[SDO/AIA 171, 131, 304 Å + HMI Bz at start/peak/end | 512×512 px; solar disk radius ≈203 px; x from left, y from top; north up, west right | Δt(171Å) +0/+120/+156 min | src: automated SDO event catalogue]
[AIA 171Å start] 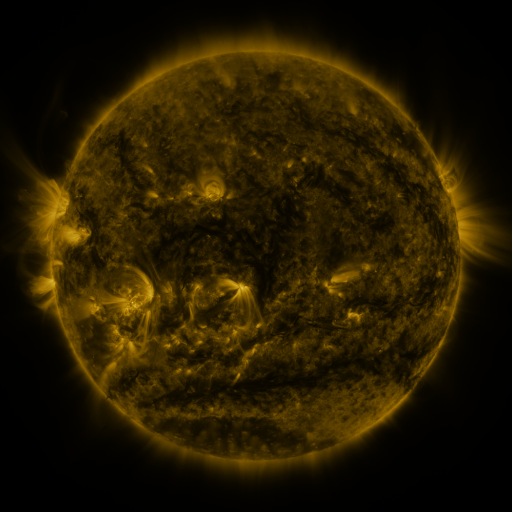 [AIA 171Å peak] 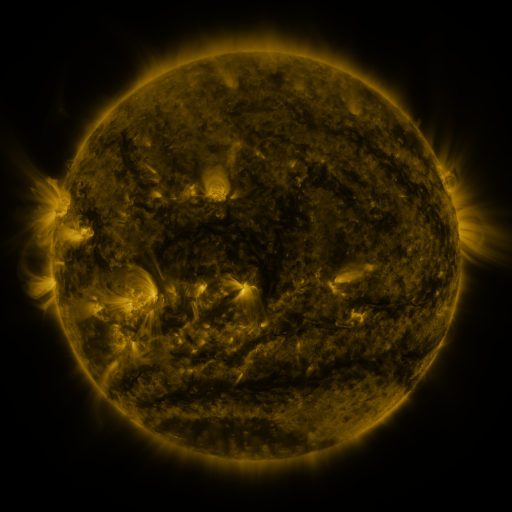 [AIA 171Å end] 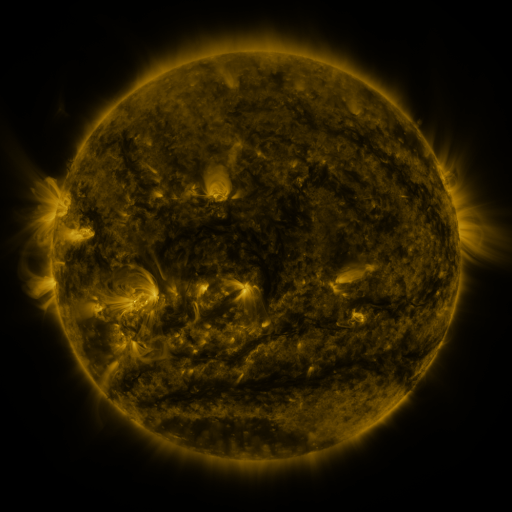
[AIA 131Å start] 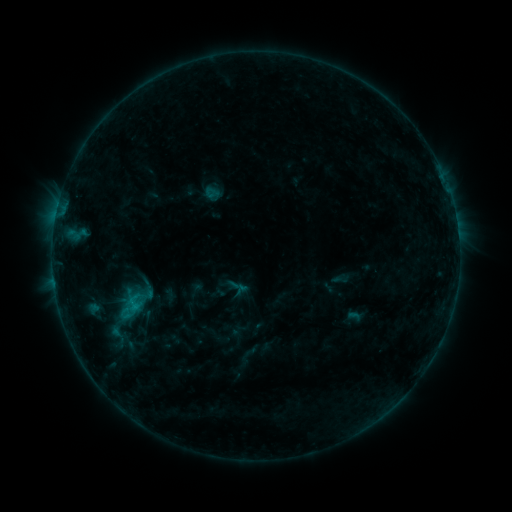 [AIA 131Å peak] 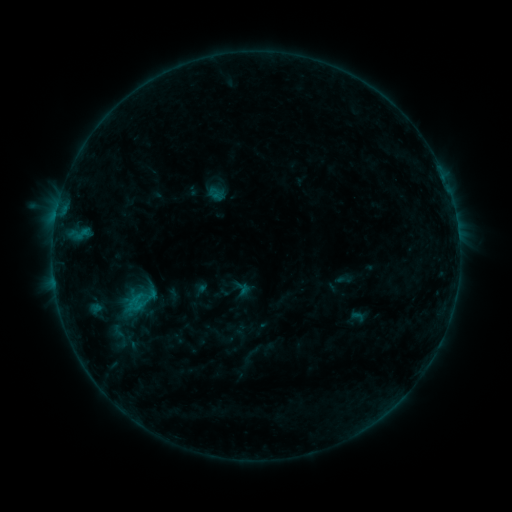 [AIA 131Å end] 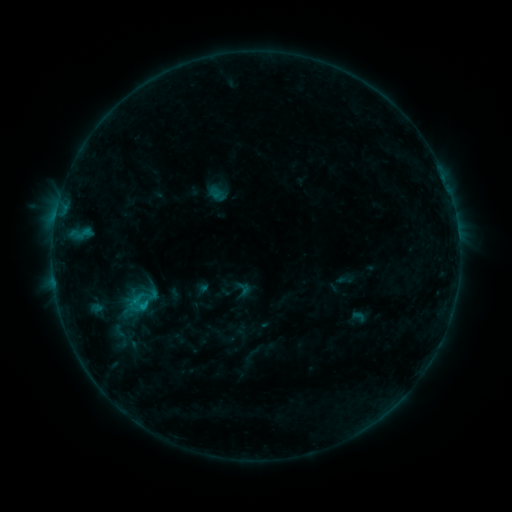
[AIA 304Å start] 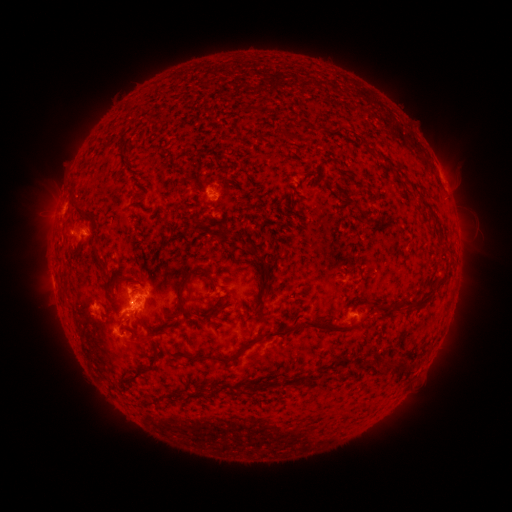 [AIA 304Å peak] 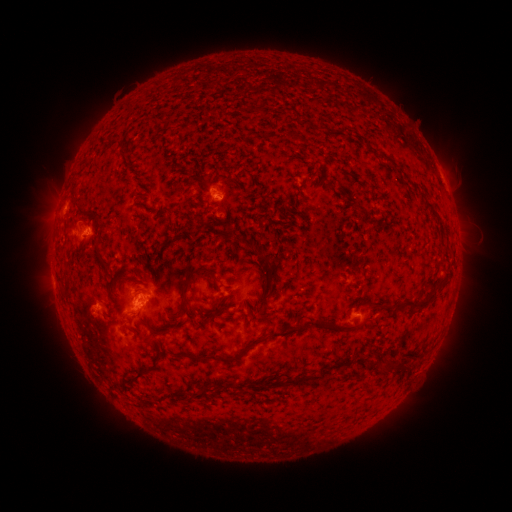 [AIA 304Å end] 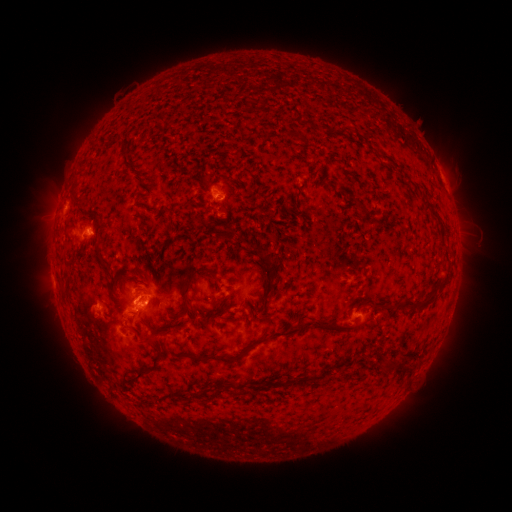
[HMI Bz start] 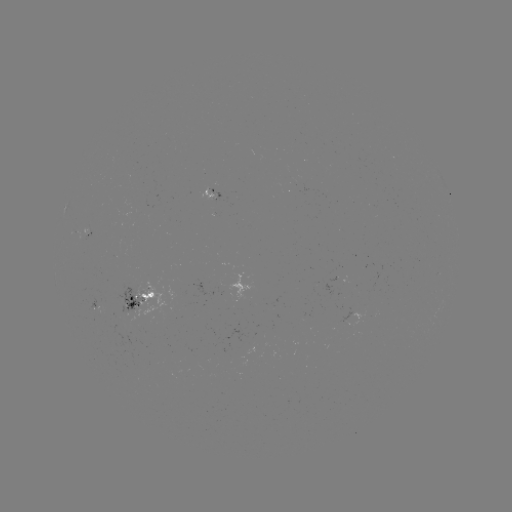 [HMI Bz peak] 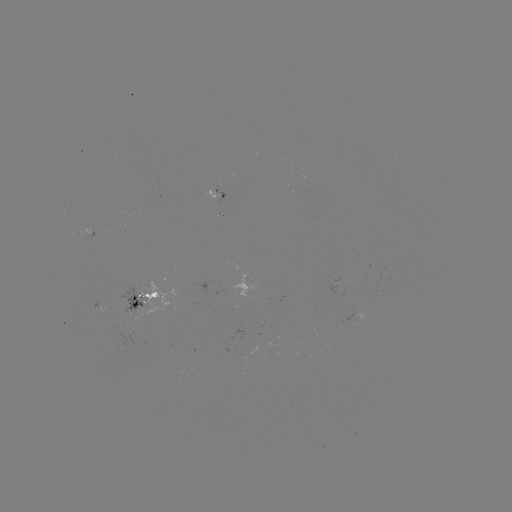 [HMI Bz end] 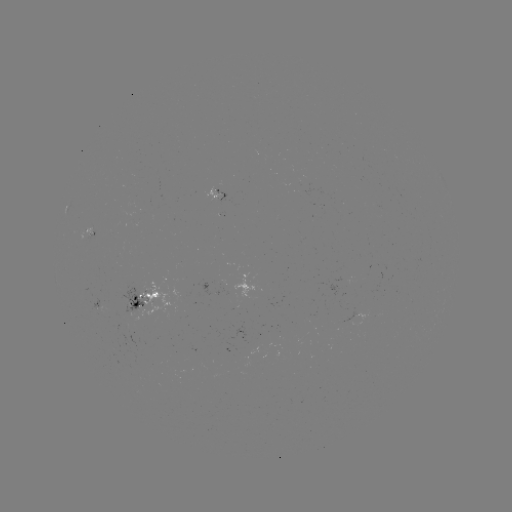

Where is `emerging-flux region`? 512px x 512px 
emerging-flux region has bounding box [351, 308, 365, 327].